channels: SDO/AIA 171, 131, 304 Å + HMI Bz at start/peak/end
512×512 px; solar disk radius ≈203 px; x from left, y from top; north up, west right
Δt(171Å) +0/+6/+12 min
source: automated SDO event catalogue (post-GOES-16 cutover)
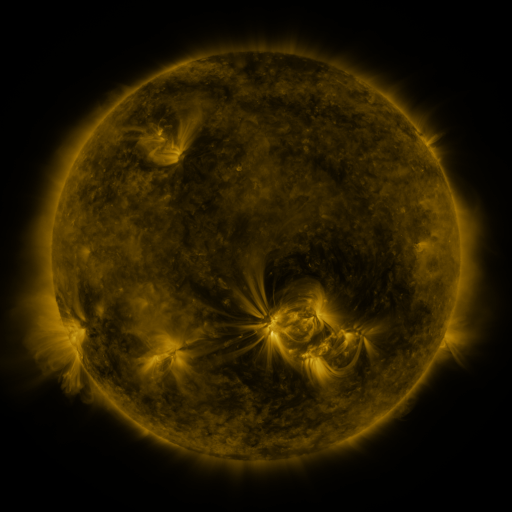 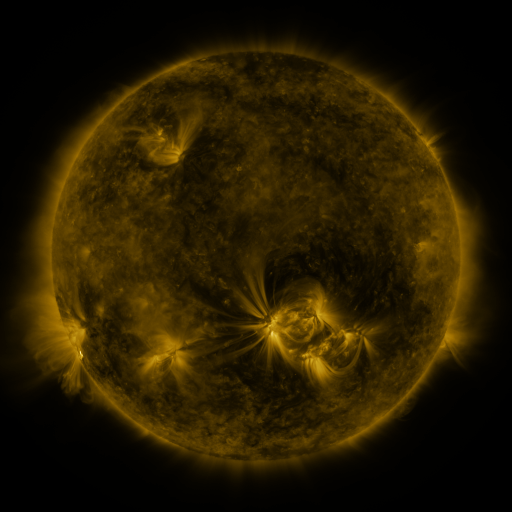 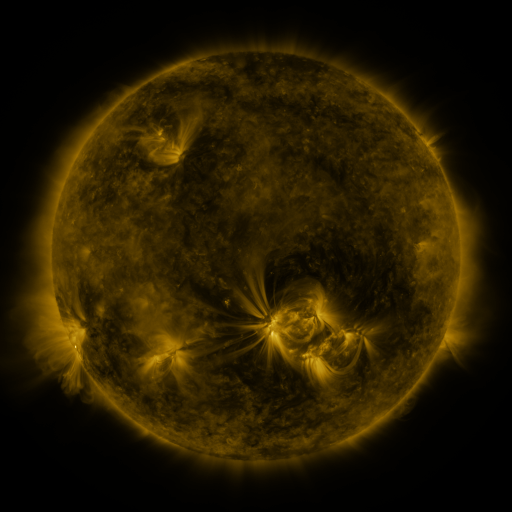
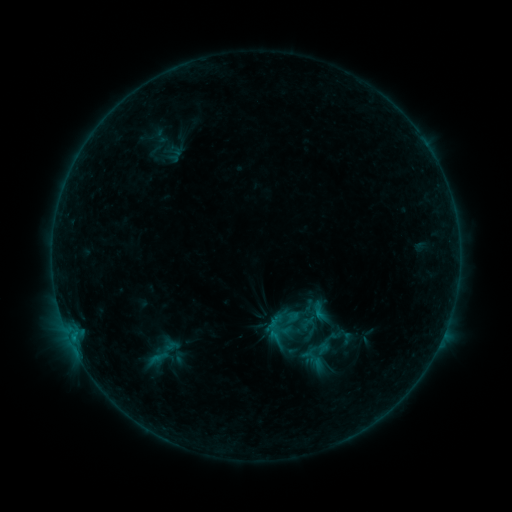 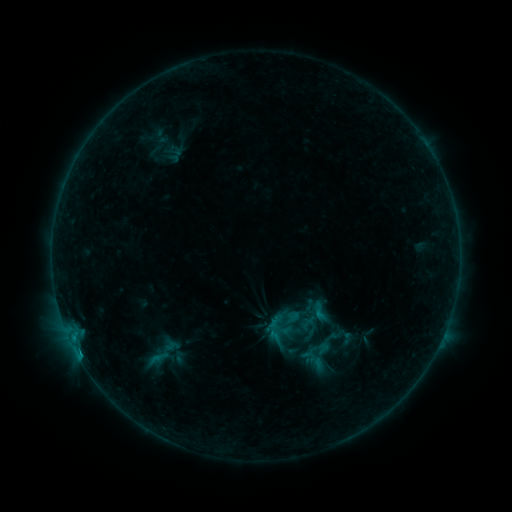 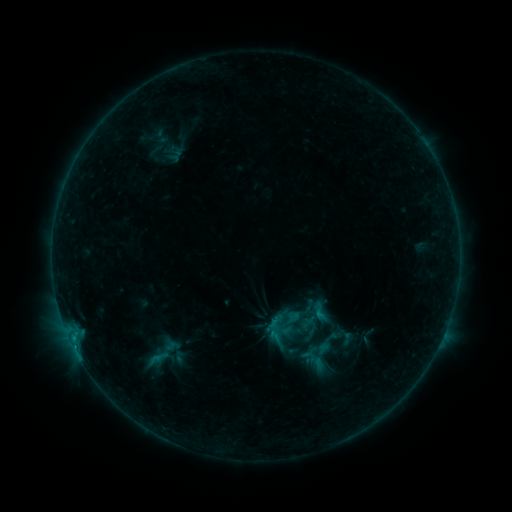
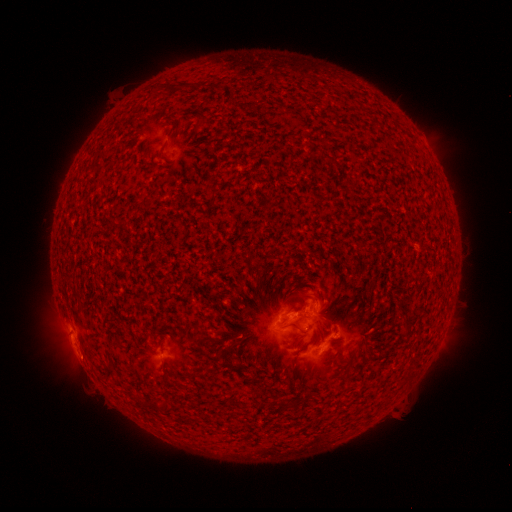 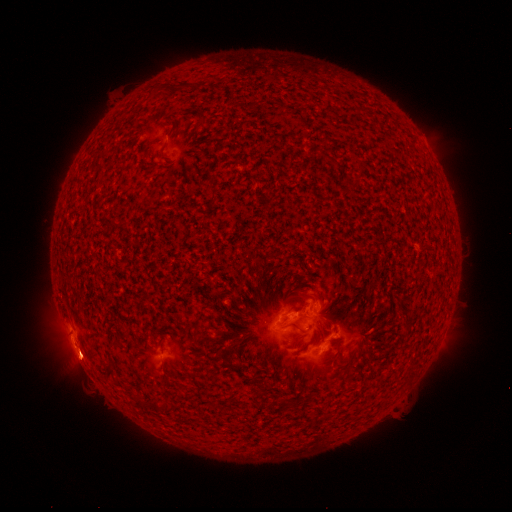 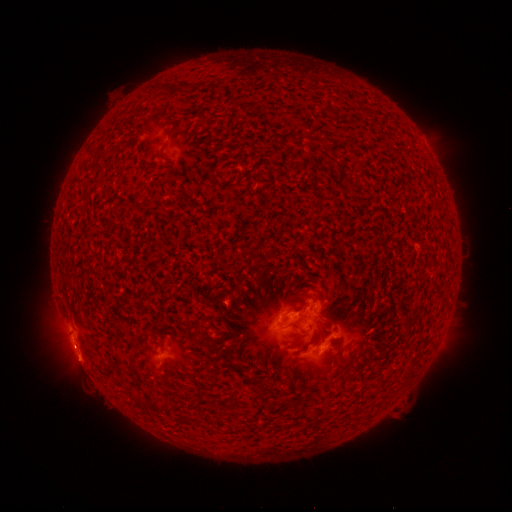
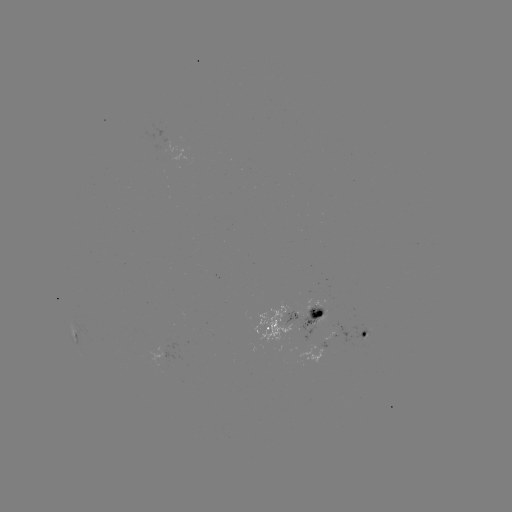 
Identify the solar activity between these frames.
B5.2 flare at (78, 348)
